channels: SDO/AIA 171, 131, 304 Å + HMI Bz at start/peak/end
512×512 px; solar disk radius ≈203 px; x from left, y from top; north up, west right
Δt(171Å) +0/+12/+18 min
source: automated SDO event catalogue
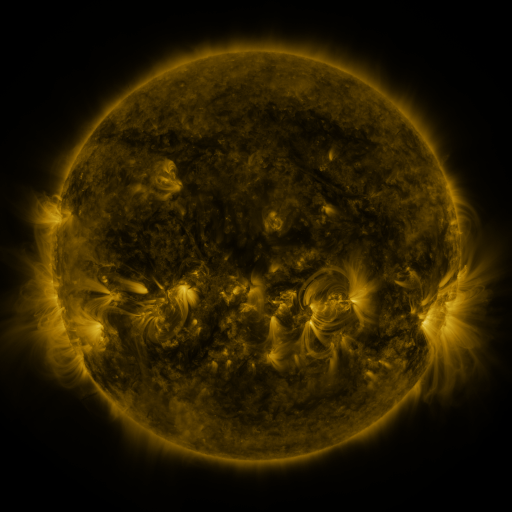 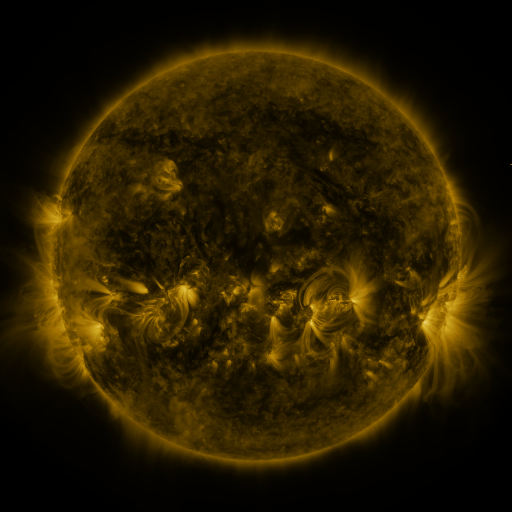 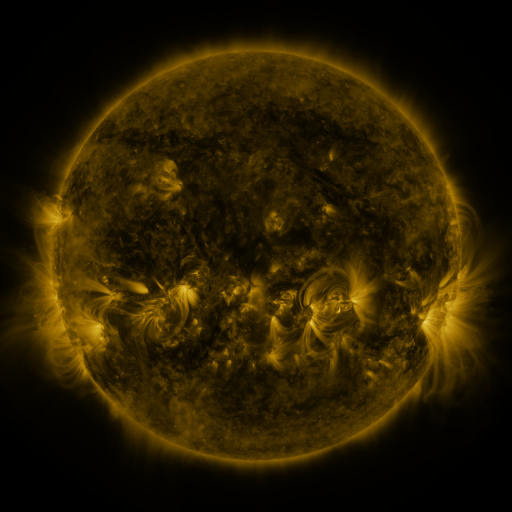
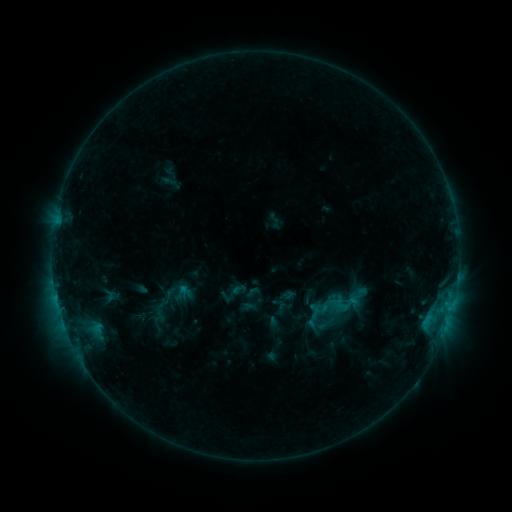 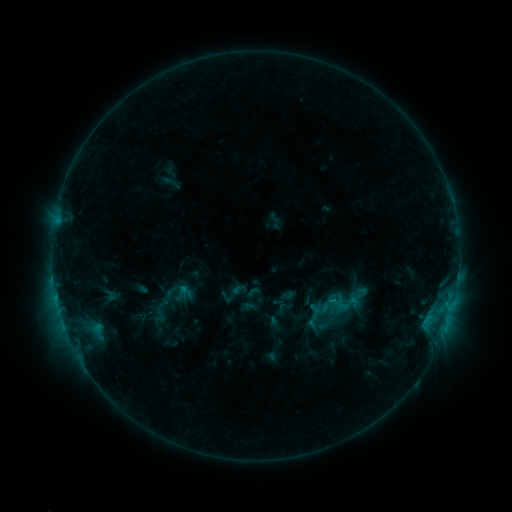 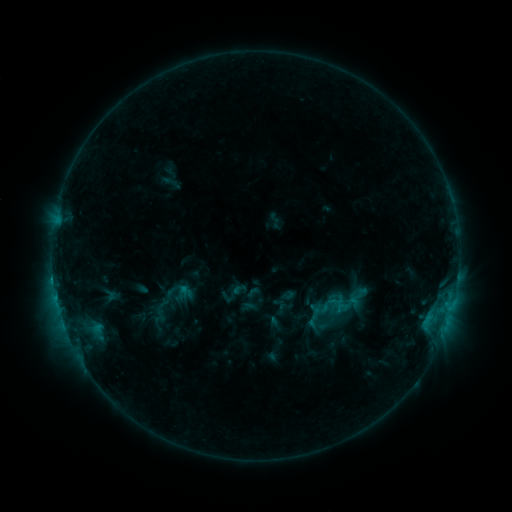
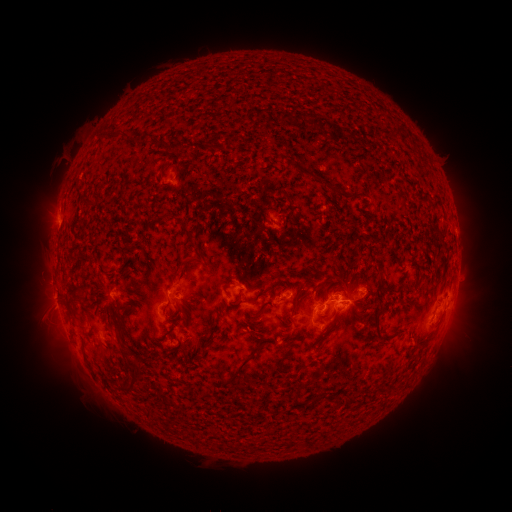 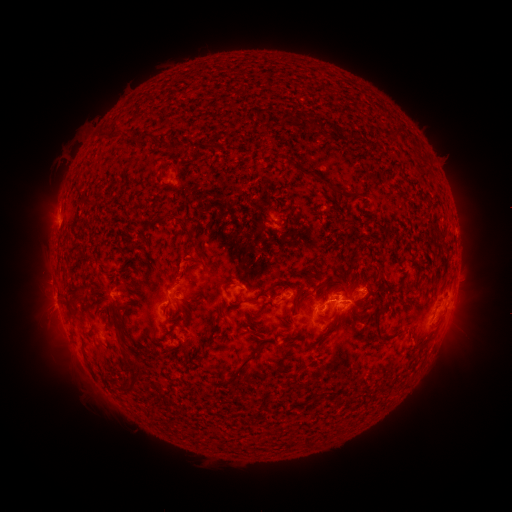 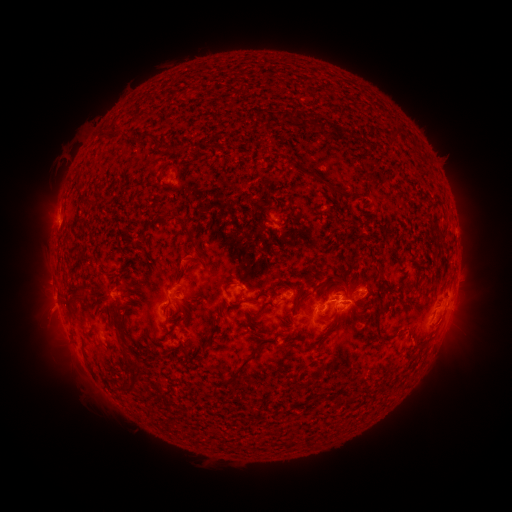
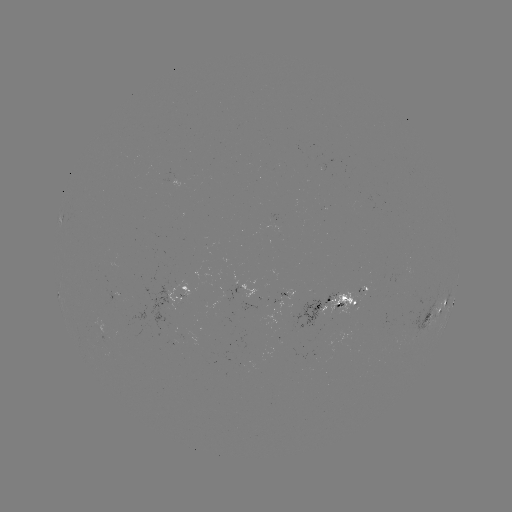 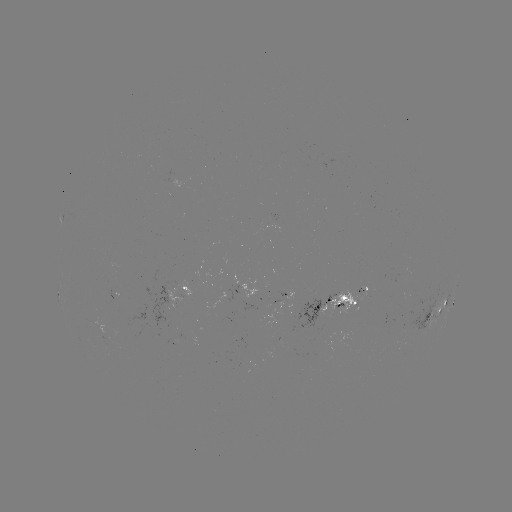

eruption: [160, 247, 204, 291]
